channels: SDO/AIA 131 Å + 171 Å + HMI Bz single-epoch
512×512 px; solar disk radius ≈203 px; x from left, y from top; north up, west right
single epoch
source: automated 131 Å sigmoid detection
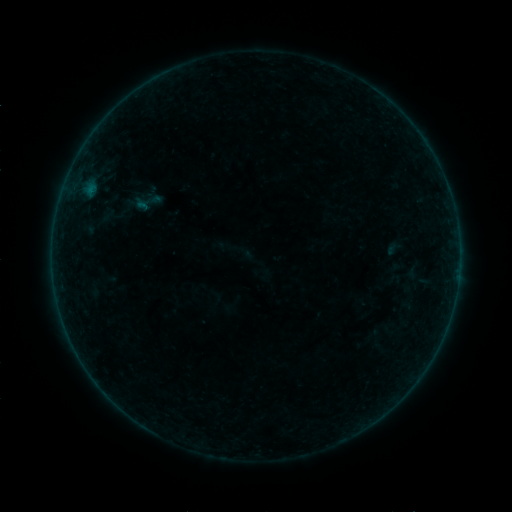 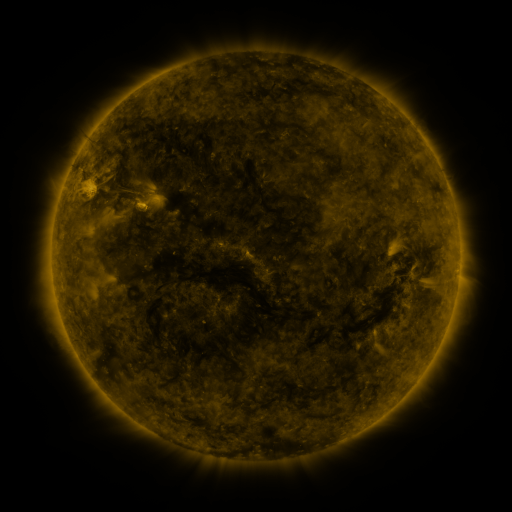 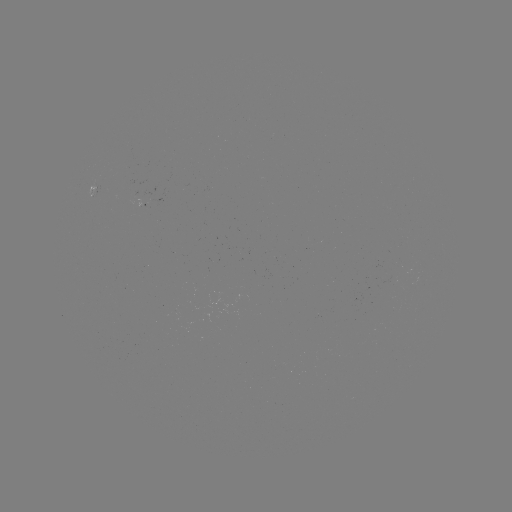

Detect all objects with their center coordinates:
sigmoid: (147, 201)
